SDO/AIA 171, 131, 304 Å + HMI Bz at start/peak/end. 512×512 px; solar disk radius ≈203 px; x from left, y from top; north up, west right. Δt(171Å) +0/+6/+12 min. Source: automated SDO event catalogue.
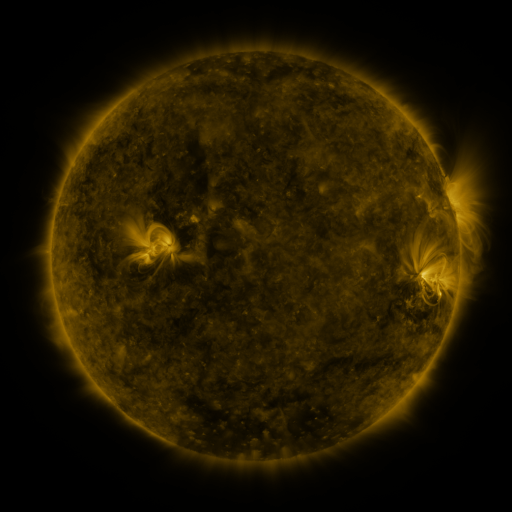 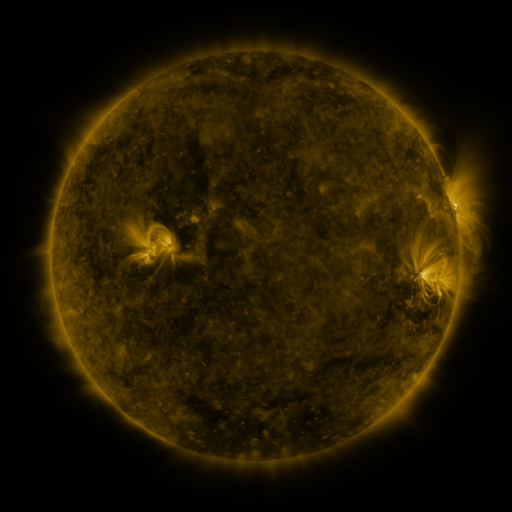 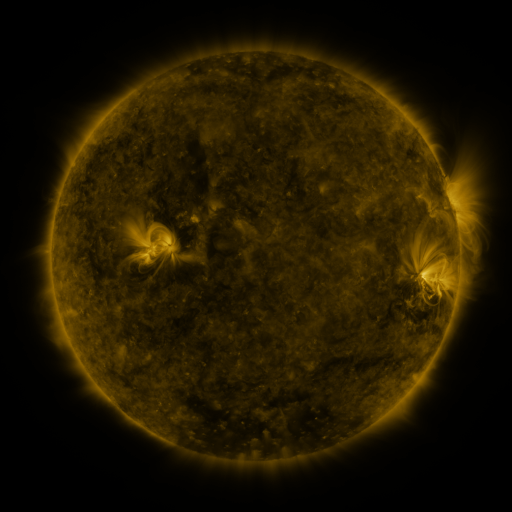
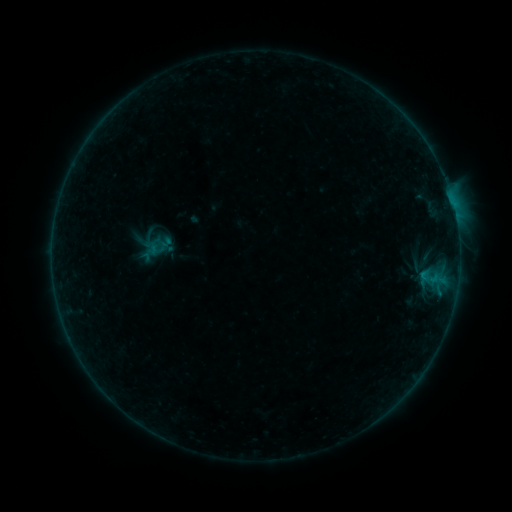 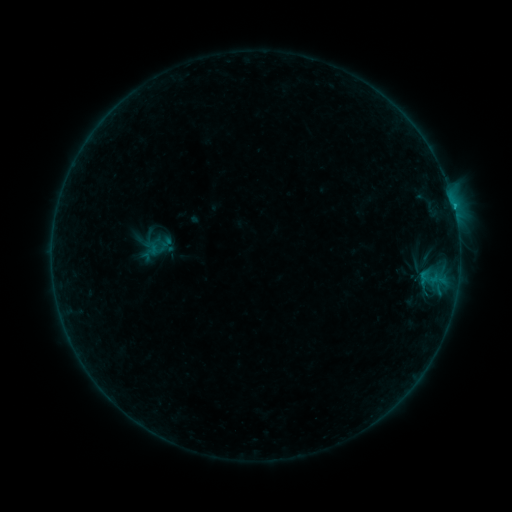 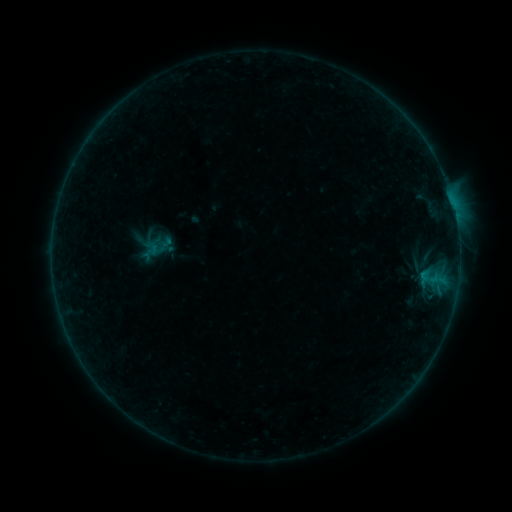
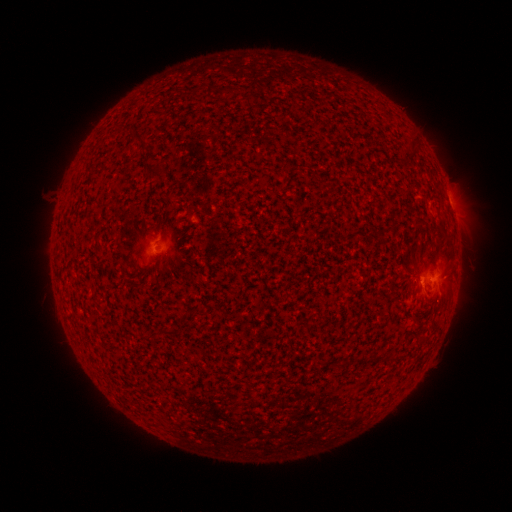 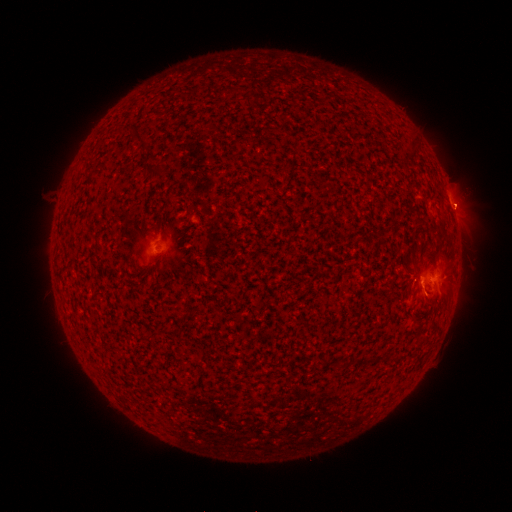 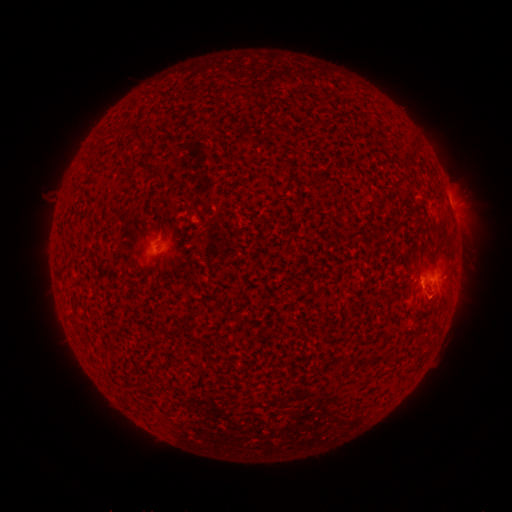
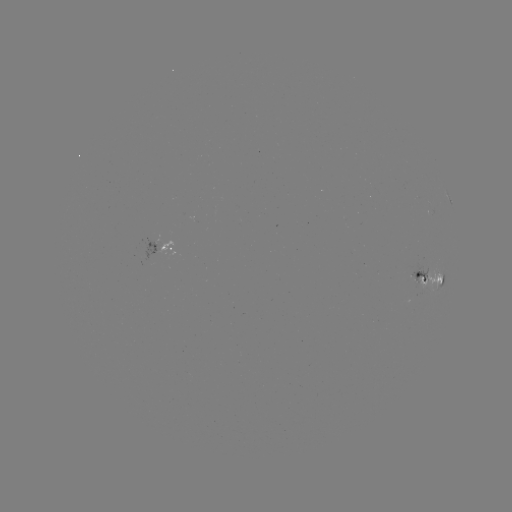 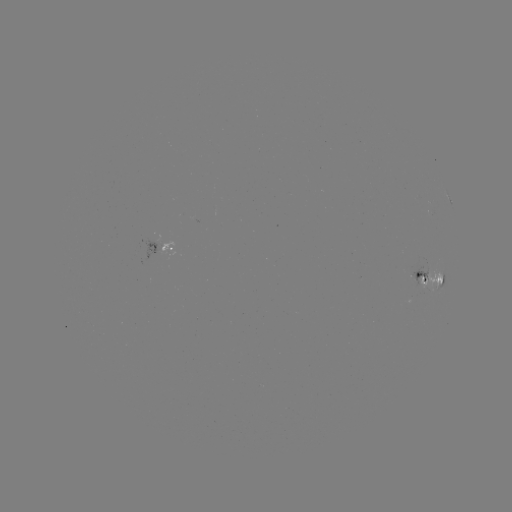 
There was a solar flare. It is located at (422, 278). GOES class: B5.9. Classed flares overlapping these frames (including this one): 1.